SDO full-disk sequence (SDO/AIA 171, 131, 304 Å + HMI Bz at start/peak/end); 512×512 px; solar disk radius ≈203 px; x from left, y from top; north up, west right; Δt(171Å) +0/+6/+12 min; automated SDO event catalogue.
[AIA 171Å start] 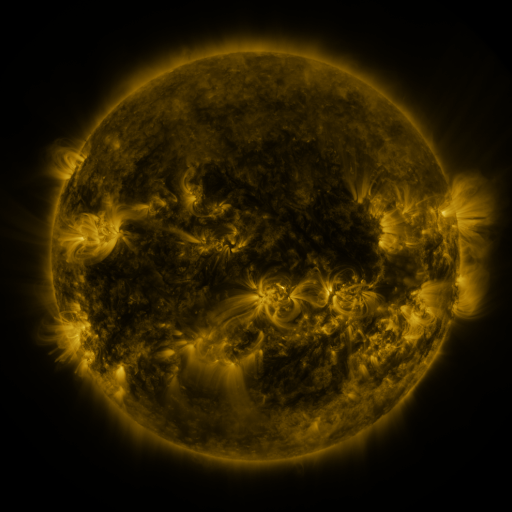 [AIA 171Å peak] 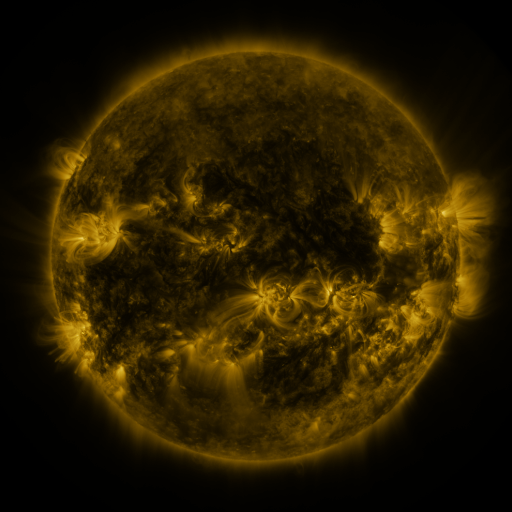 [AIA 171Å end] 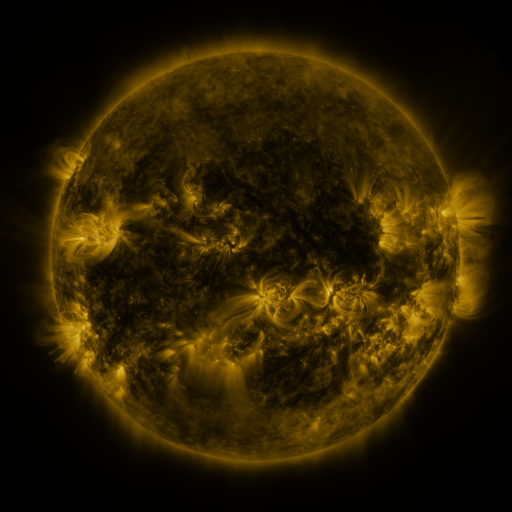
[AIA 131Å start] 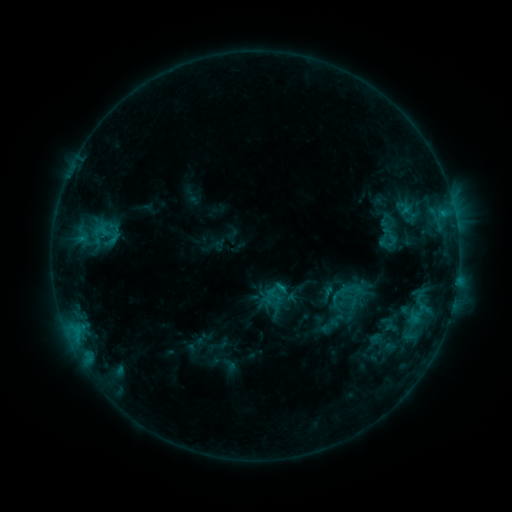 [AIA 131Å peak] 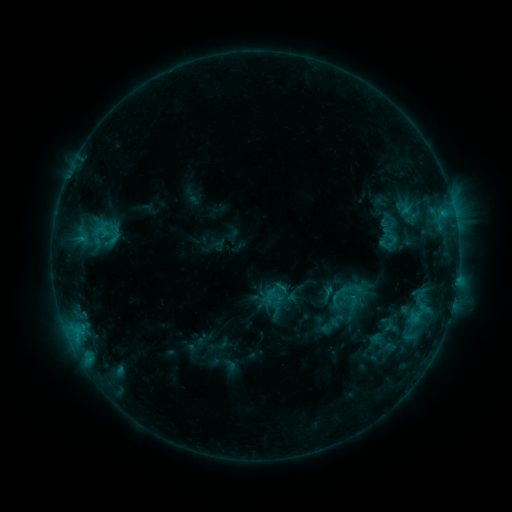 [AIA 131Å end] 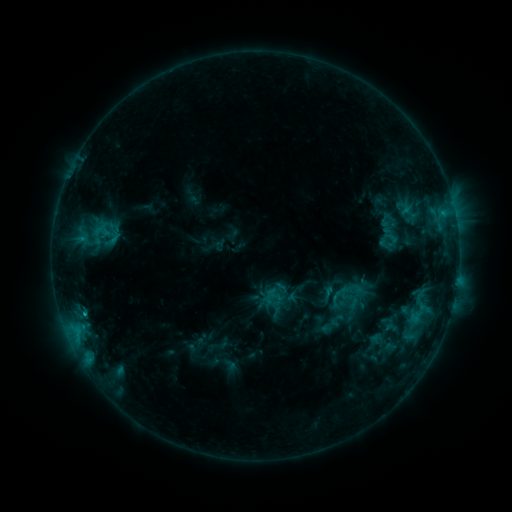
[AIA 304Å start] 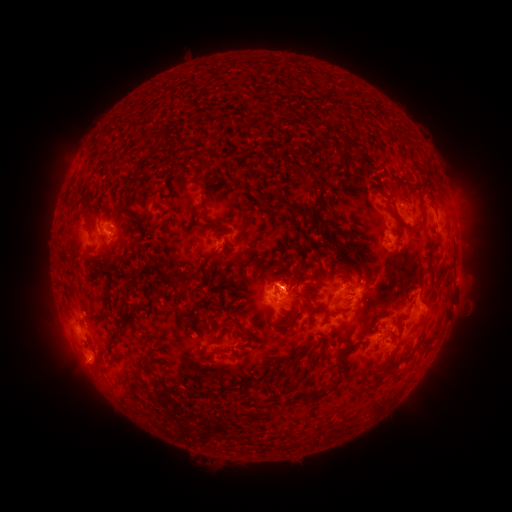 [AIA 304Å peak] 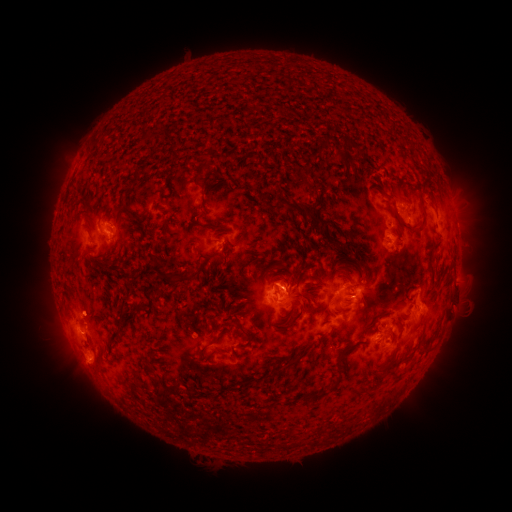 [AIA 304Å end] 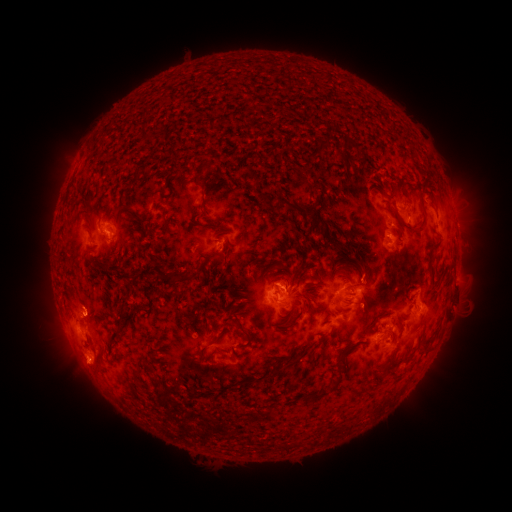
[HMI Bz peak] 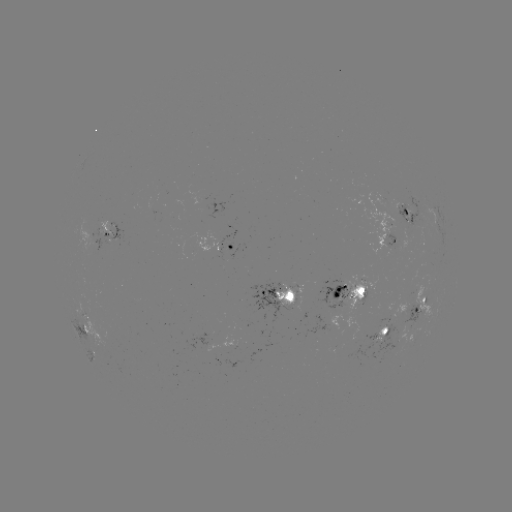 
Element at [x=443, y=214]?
C1.7 flare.